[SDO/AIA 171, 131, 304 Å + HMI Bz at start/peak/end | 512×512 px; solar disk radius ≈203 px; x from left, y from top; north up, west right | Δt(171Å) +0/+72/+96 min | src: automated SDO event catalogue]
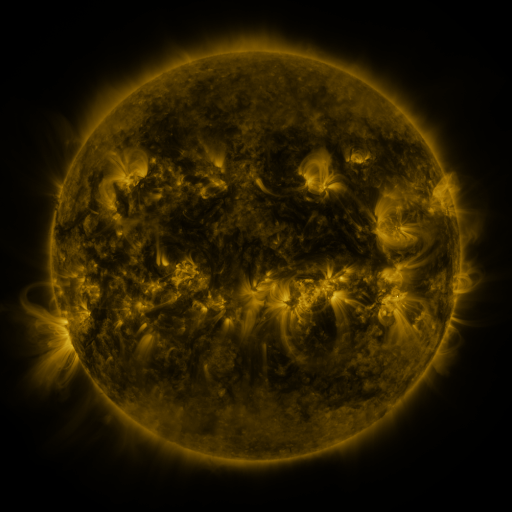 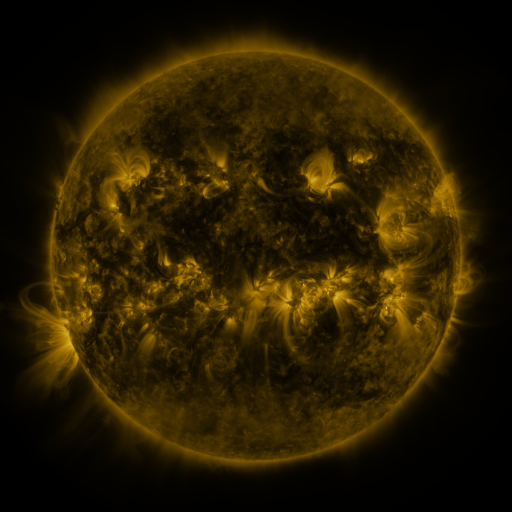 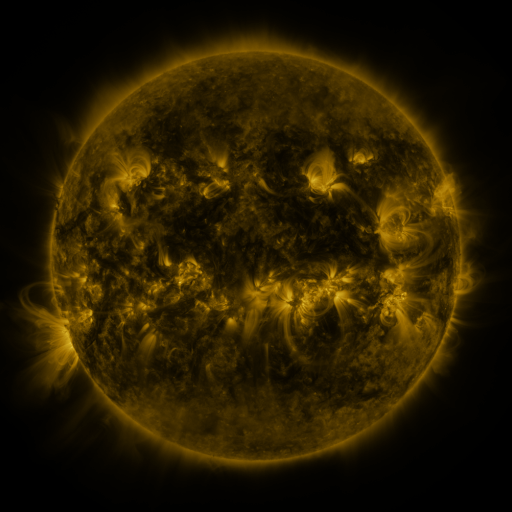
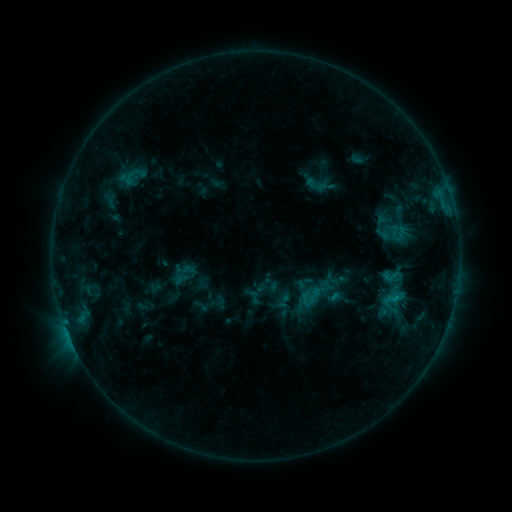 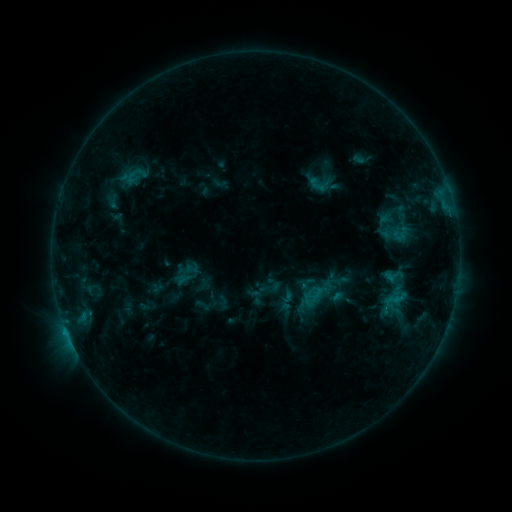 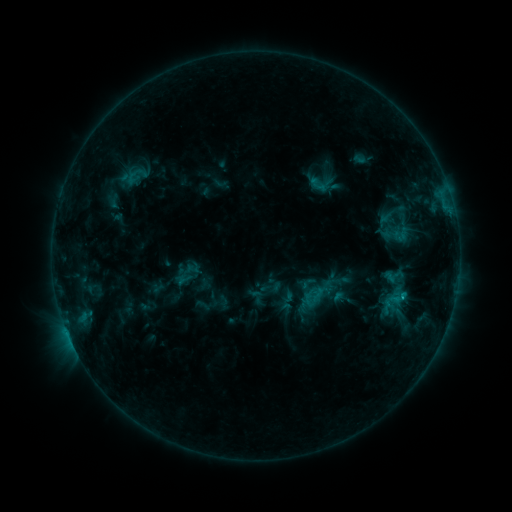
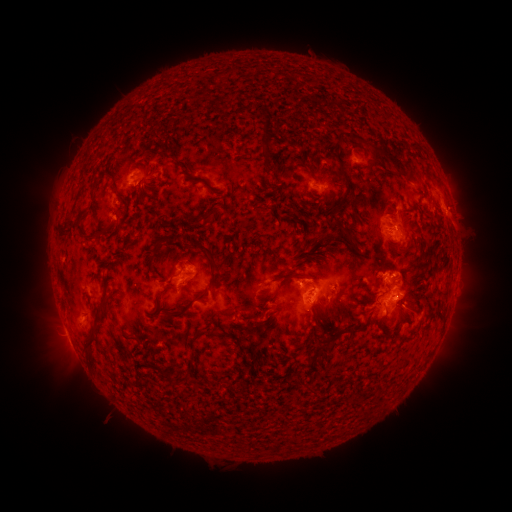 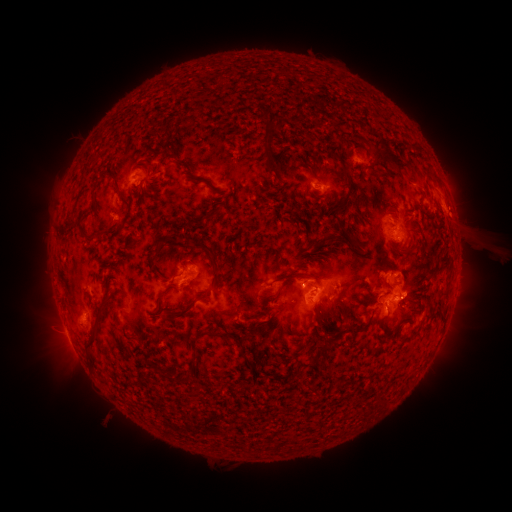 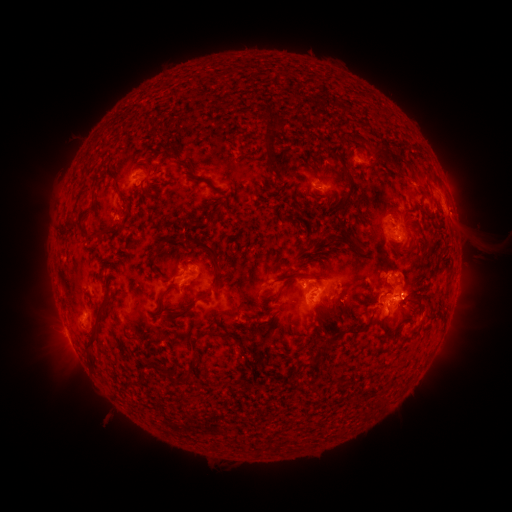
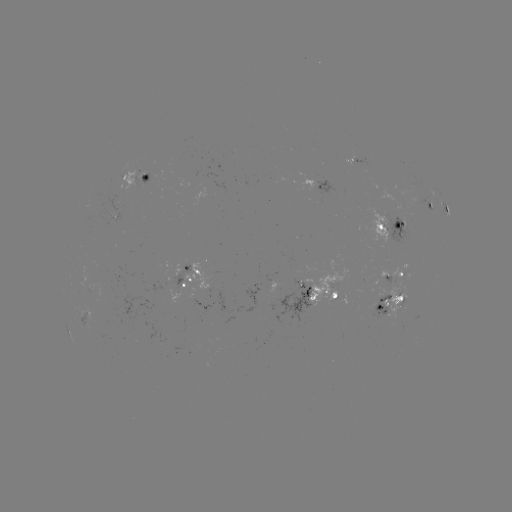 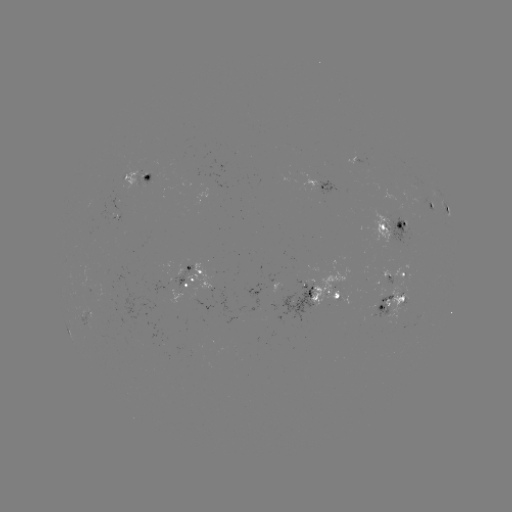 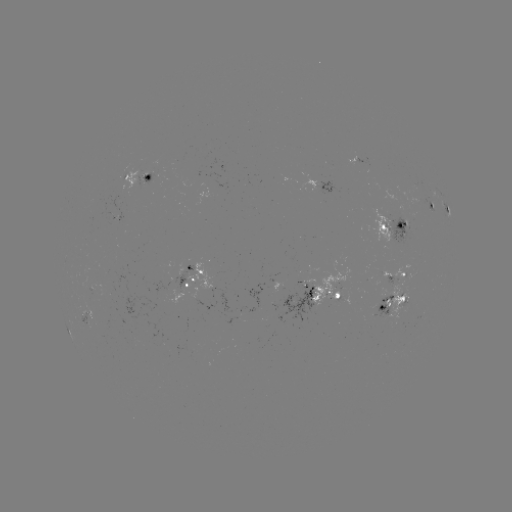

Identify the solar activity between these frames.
emerging-flux region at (380, 304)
